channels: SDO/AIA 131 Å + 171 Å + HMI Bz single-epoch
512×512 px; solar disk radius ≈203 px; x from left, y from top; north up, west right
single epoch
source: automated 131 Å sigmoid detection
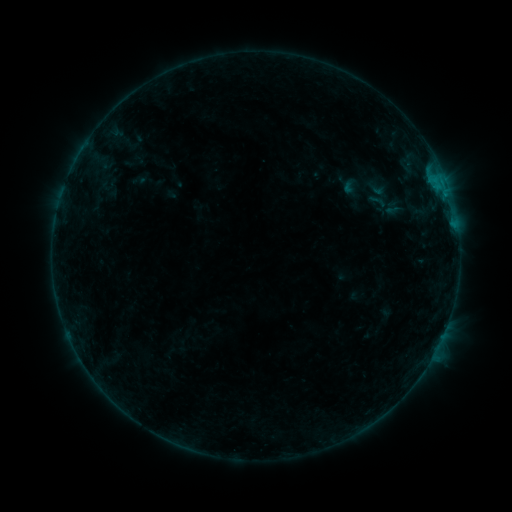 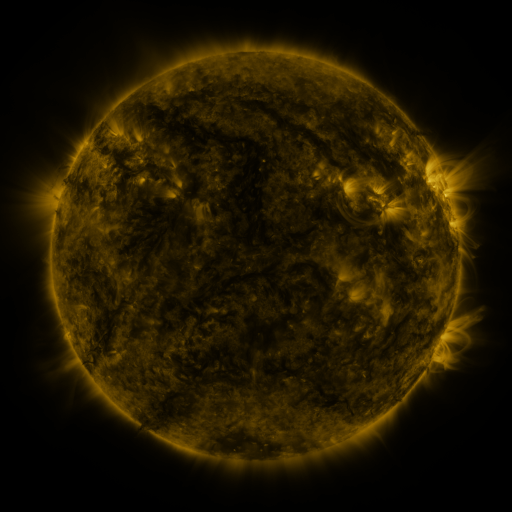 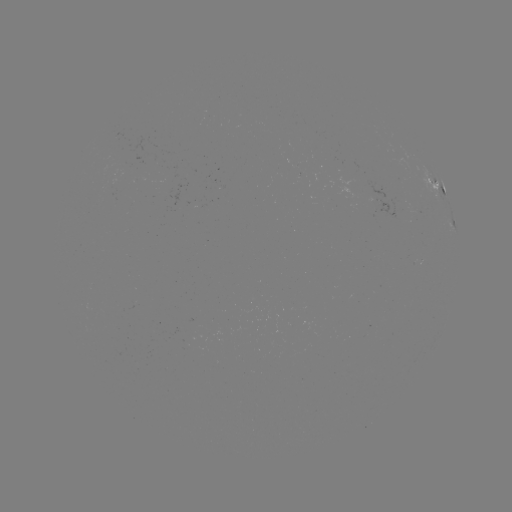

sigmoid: <bbox>365, 189, 390, 213</bbox>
